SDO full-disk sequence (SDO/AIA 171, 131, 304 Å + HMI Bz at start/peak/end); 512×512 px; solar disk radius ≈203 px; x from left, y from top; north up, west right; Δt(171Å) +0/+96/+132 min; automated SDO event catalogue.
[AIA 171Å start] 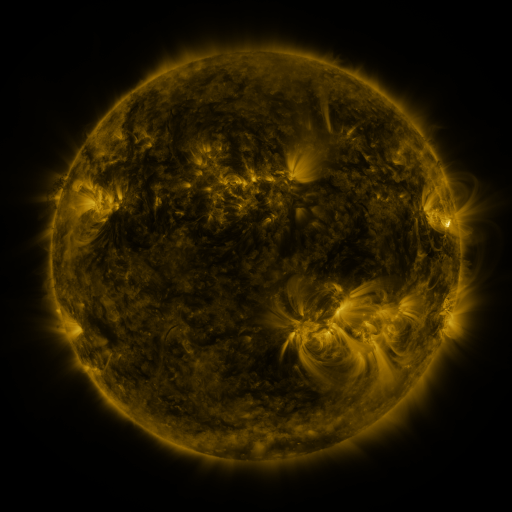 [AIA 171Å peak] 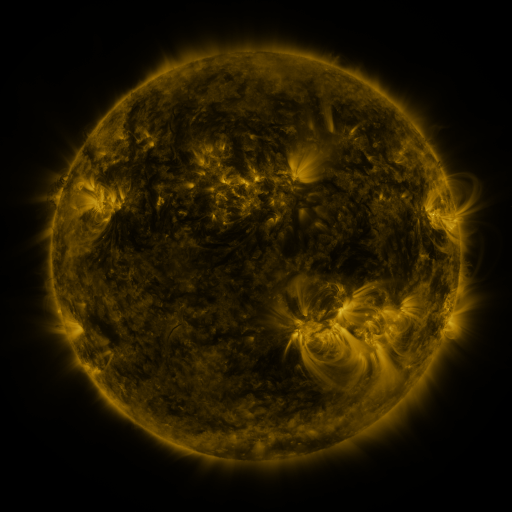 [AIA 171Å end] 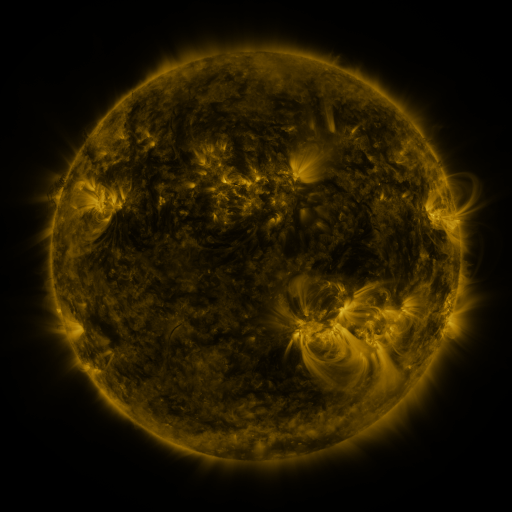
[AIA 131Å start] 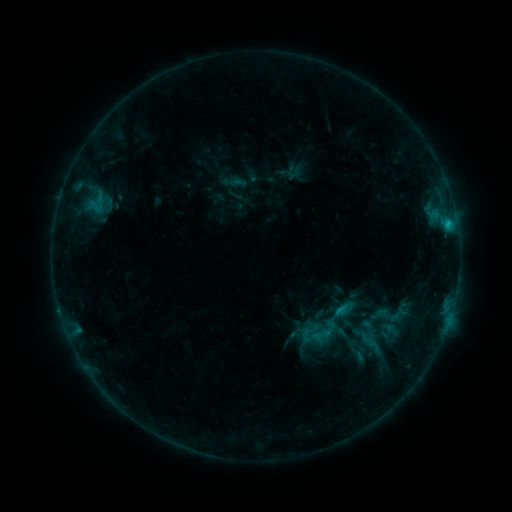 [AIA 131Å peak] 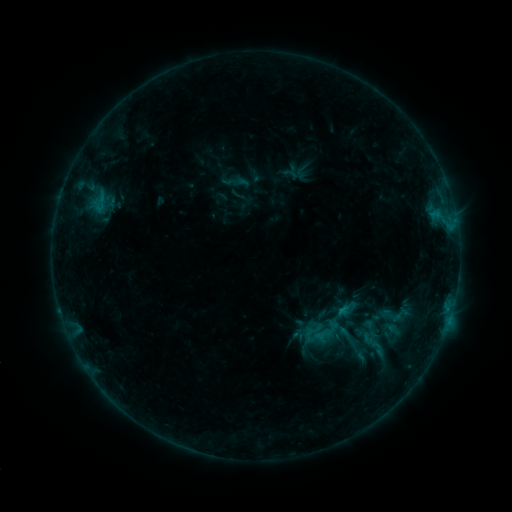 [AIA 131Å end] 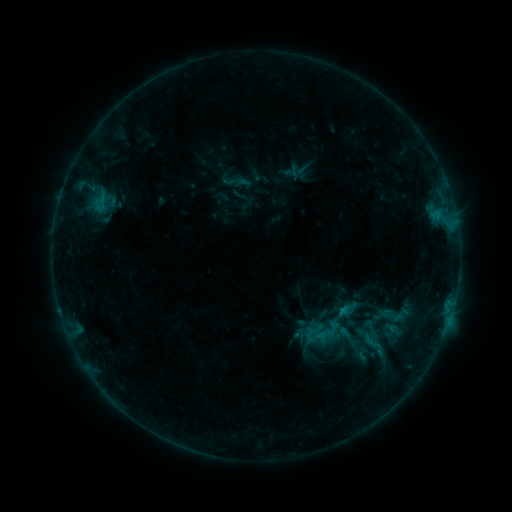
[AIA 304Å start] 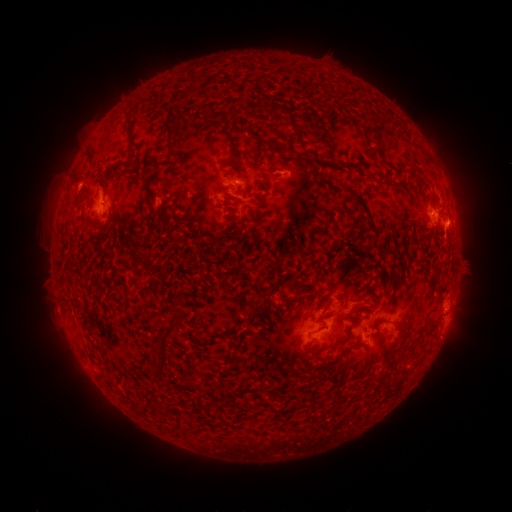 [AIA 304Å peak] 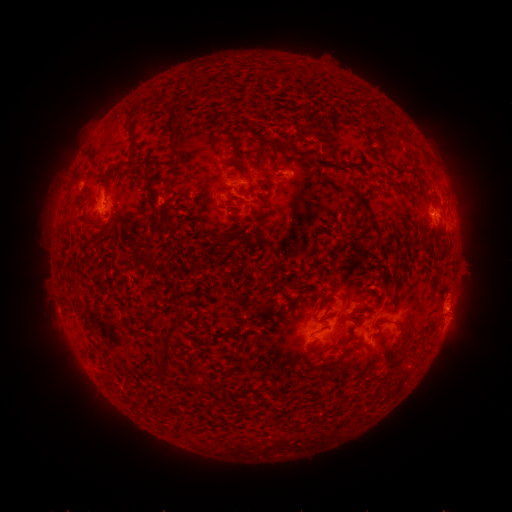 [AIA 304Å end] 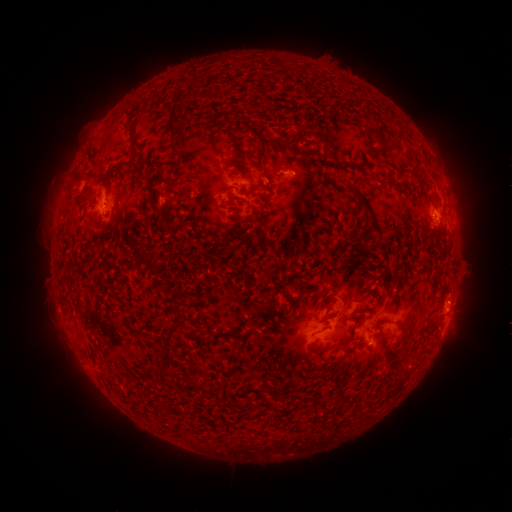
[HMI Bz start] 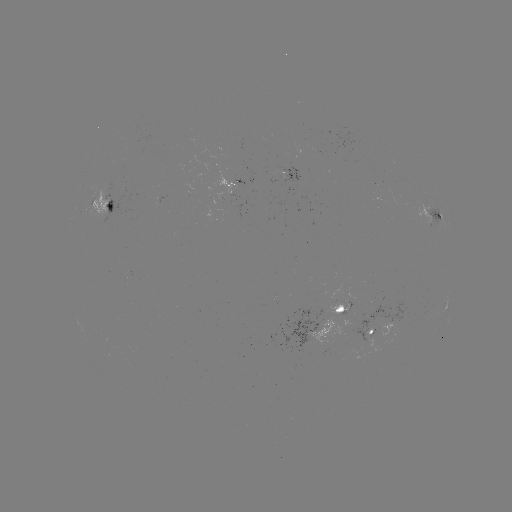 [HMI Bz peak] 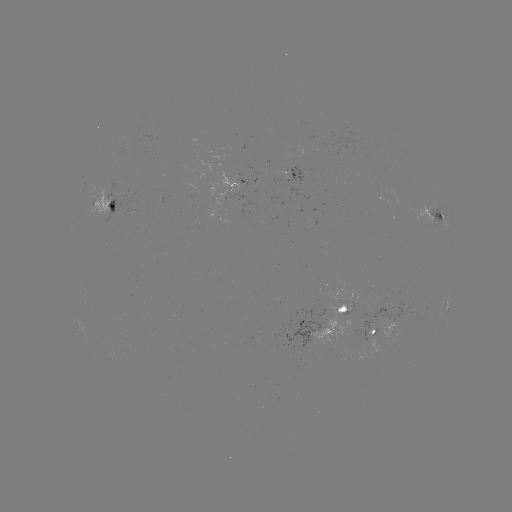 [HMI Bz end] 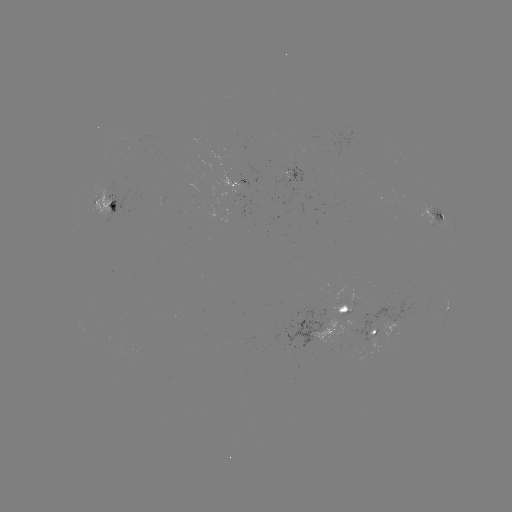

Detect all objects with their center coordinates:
emerging-flux region: (303, 143)
